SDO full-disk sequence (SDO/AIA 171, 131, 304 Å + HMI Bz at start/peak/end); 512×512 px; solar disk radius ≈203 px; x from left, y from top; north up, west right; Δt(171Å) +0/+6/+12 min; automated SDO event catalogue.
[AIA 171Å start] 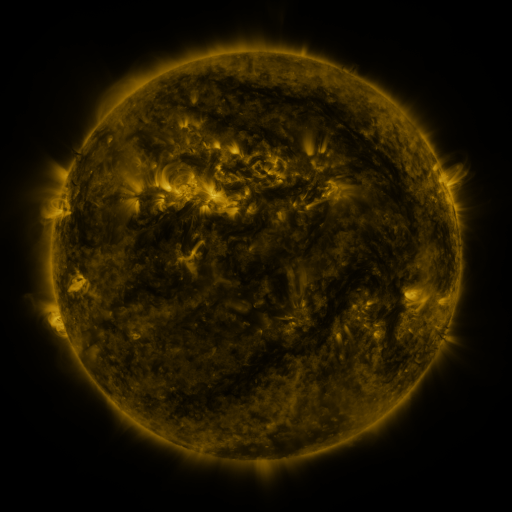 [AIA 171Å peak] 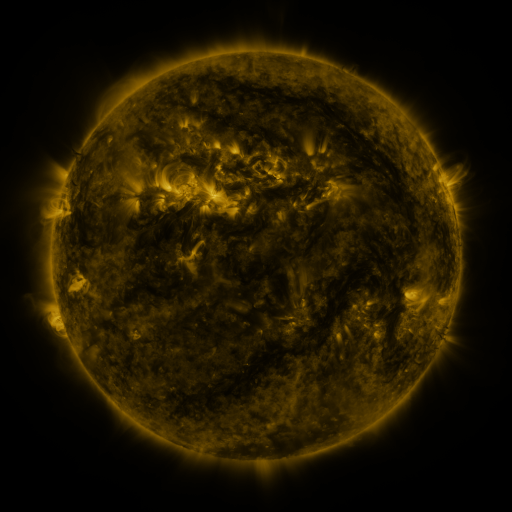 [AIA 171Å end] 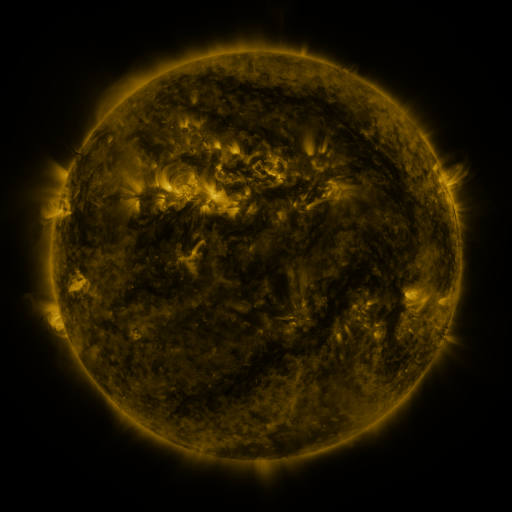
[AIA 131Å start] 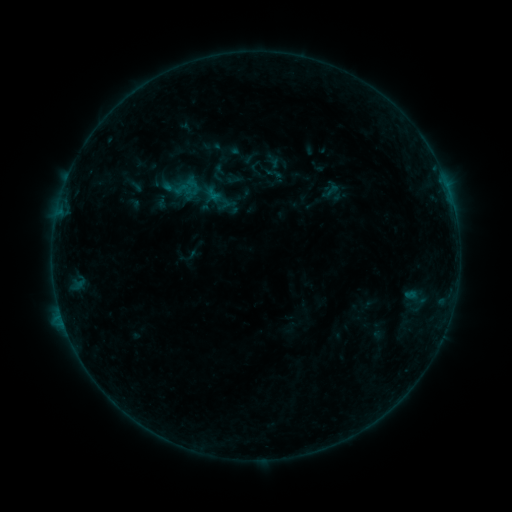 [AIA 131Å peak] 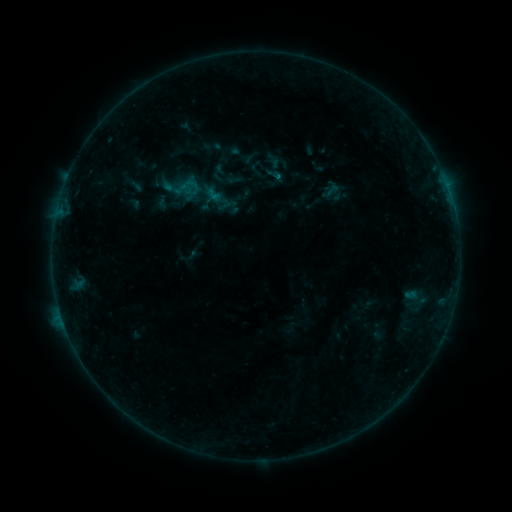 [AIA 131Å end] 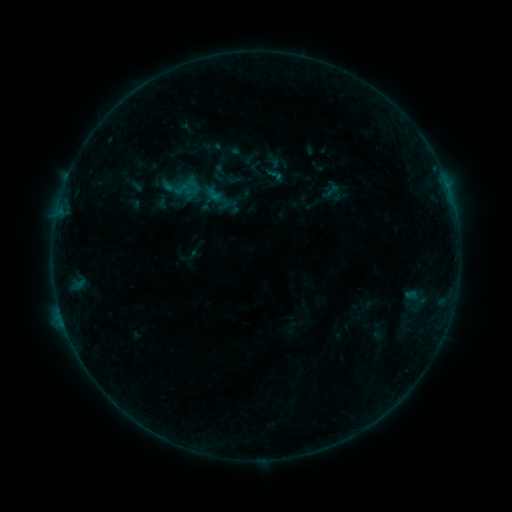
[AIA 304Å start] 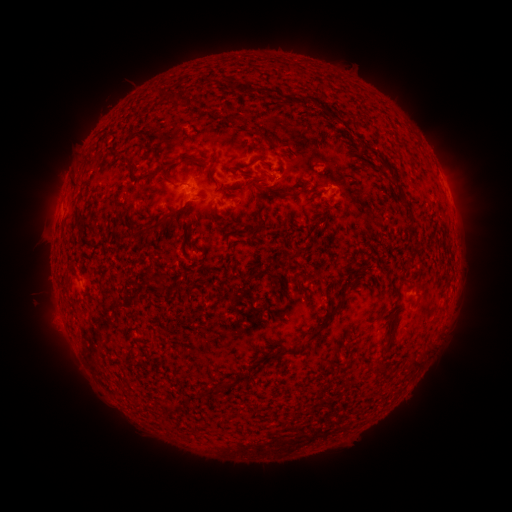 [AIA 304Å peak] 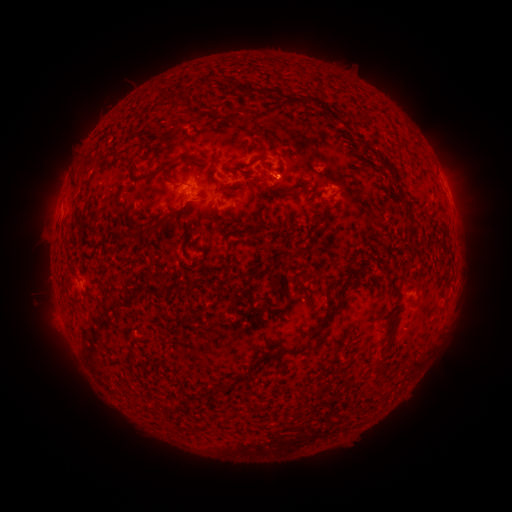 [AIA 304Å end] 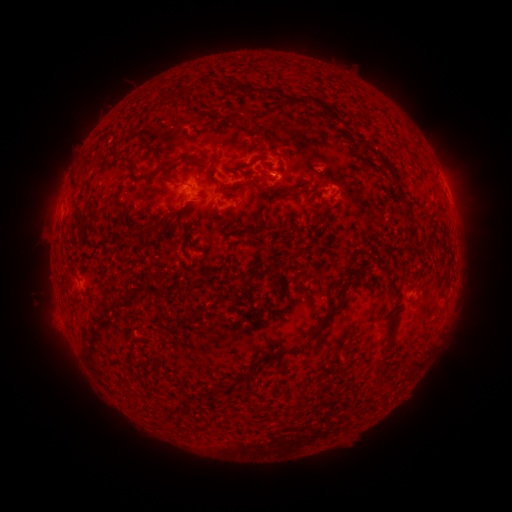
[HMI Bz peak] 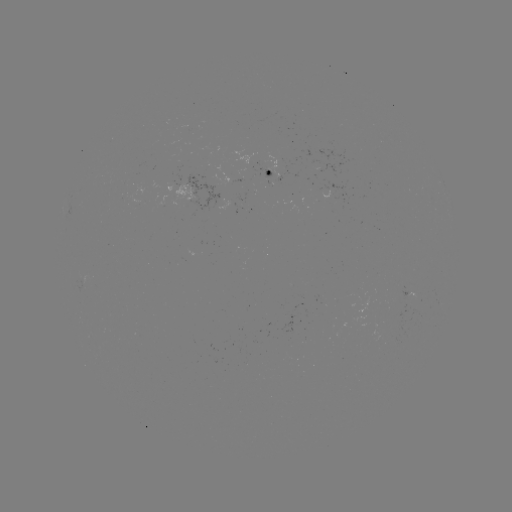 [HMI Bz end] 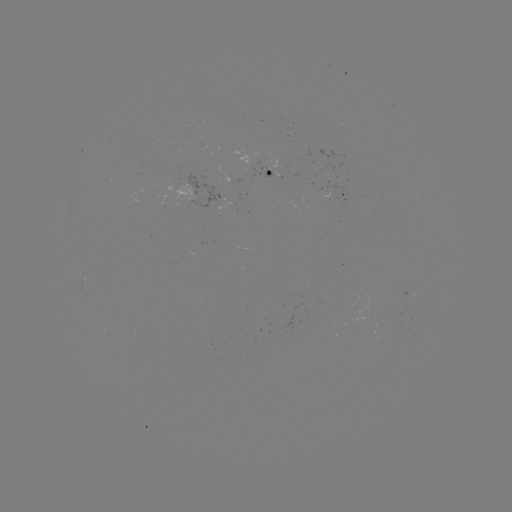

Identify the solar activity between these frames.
B2.4 flare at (276, 178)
